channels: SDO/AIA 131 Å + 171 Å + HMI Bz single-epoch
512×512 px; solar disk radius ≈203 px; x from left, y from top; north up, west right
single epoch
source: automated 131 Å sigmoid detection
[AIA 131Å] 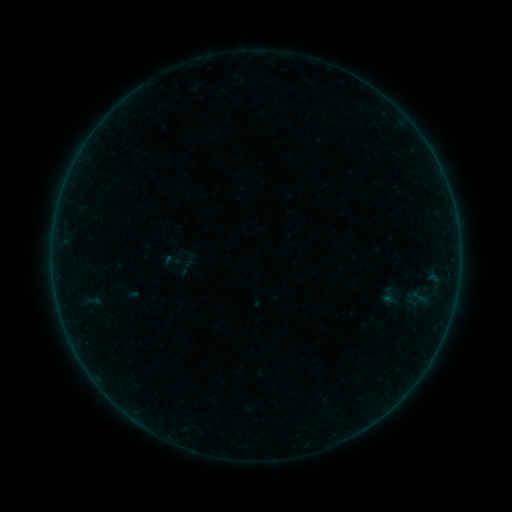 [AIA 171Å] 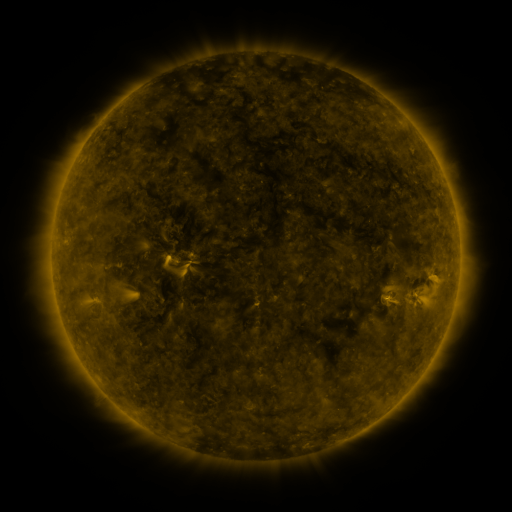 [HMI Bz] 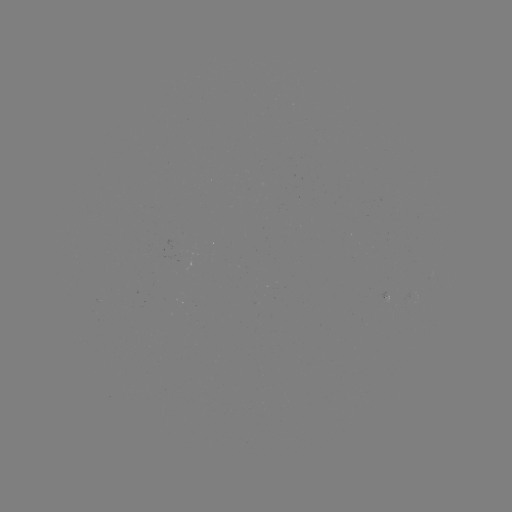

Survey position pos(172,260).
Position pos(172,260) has sigmoid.